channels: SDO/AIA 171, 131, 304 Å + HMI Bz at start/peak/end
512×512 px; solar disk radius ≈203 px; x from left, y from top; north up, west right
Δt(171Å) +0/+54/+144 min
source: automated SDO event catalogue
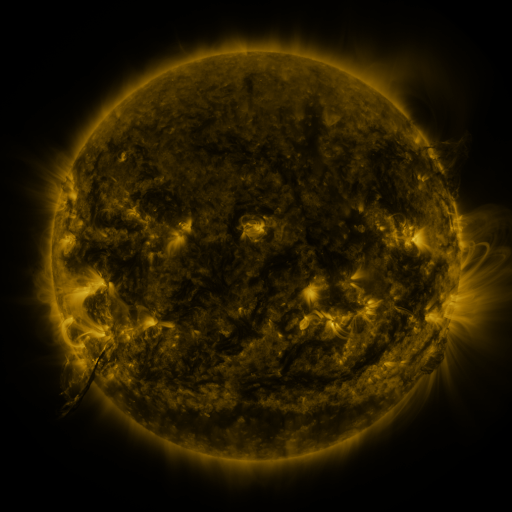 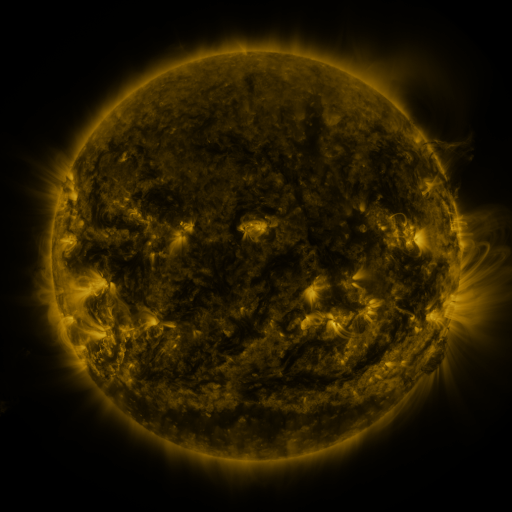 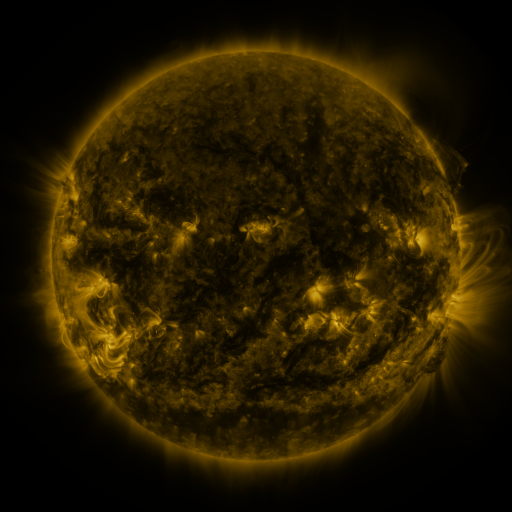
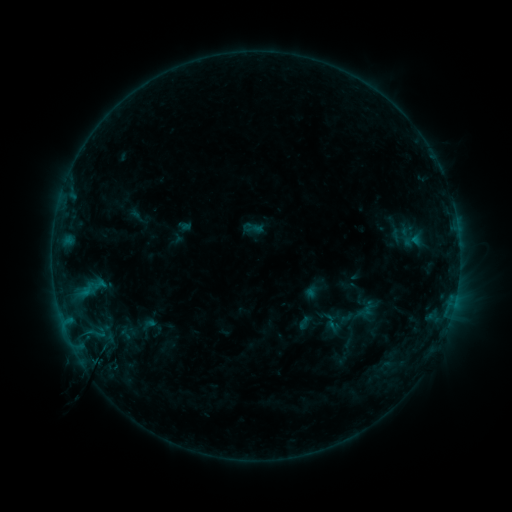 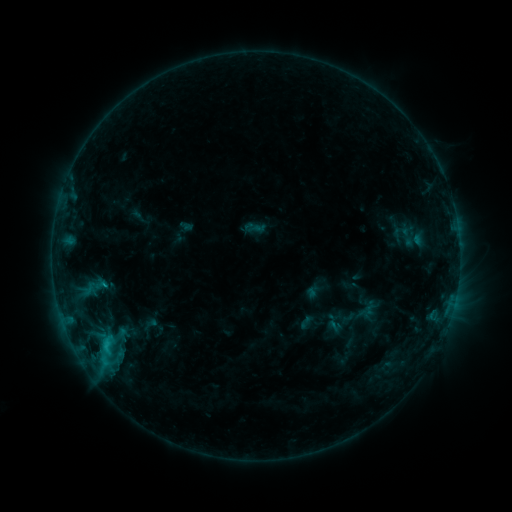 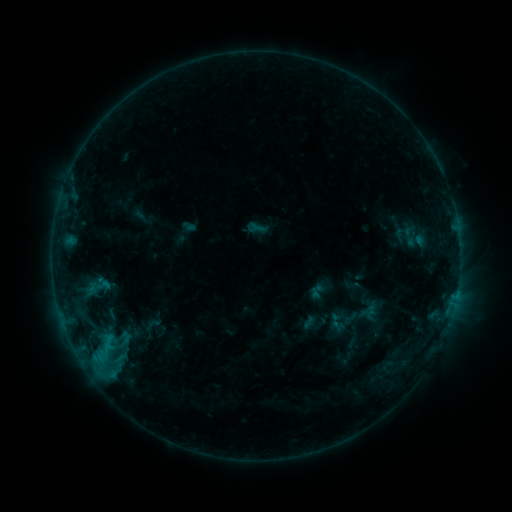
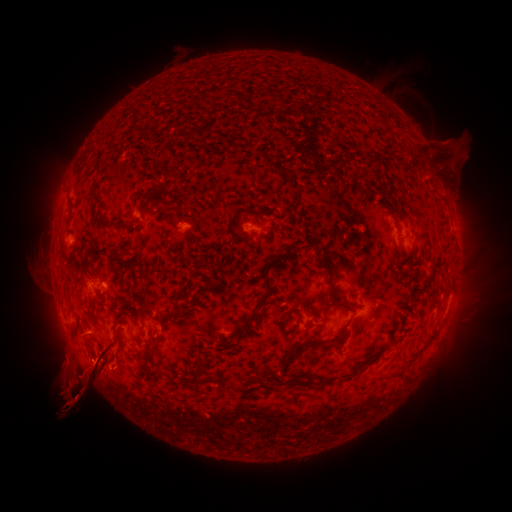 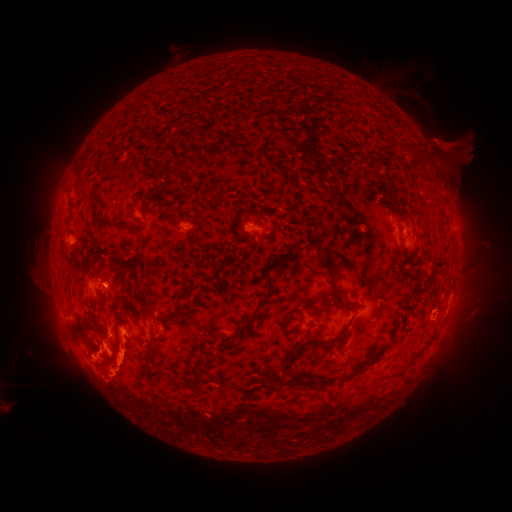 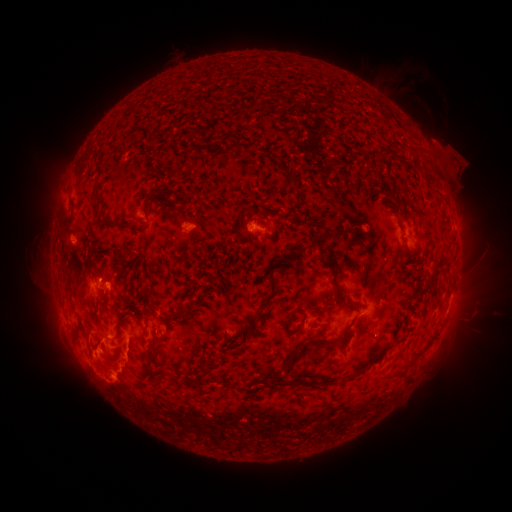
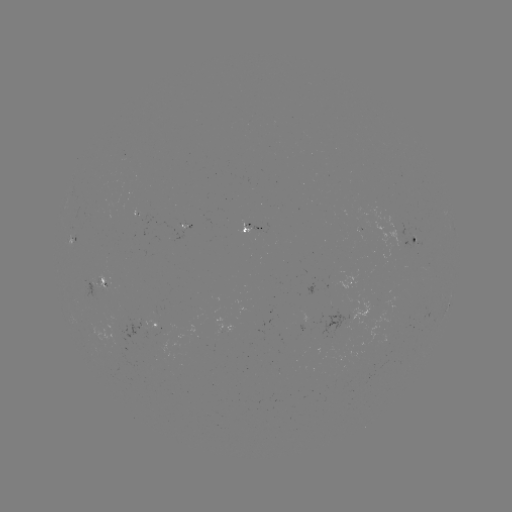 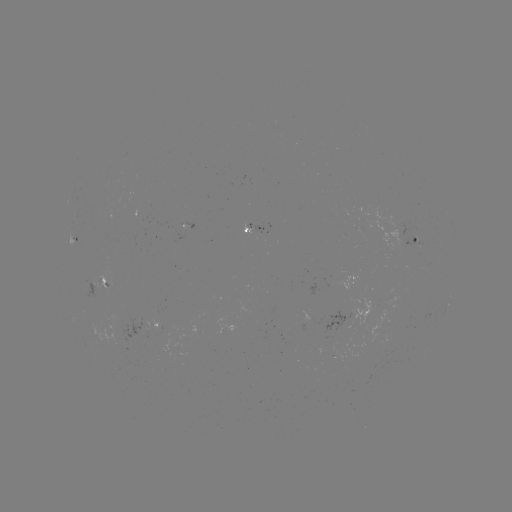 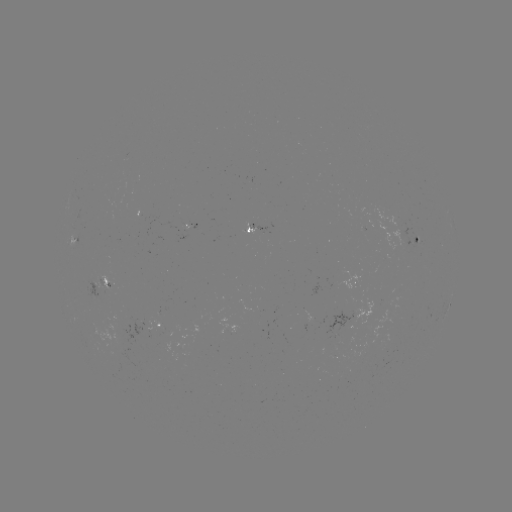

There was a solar flare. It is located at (107, 340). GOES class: C2.7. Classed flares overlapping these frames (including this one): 1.